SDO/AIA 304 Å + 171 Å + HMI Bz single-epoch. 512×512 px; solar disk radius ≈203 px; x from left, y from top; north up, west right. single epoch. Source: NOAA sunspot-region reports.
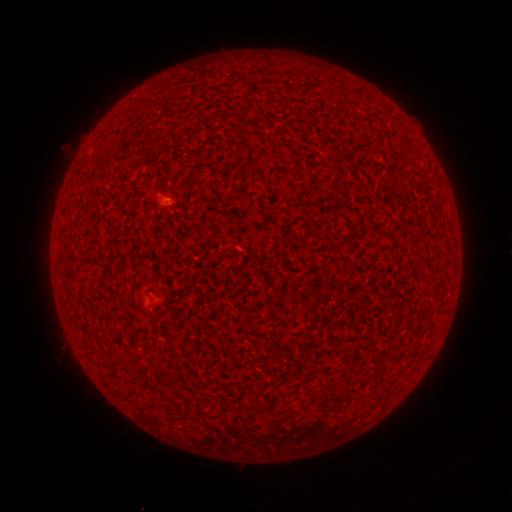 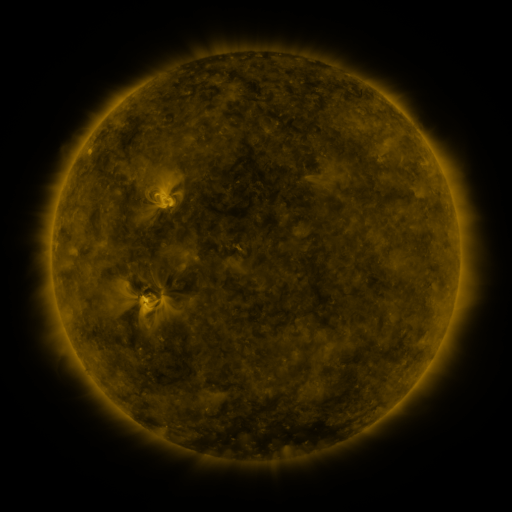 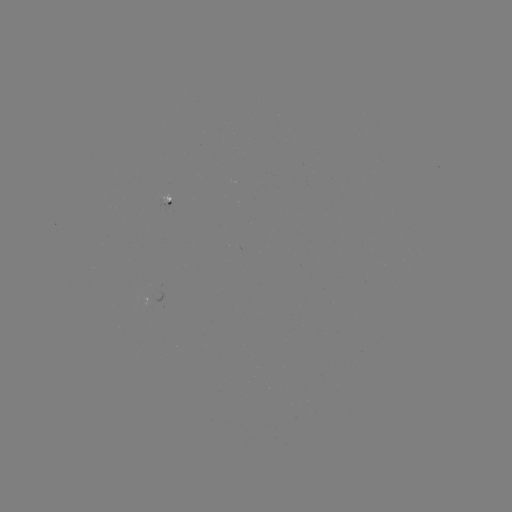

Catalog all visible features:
(none)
